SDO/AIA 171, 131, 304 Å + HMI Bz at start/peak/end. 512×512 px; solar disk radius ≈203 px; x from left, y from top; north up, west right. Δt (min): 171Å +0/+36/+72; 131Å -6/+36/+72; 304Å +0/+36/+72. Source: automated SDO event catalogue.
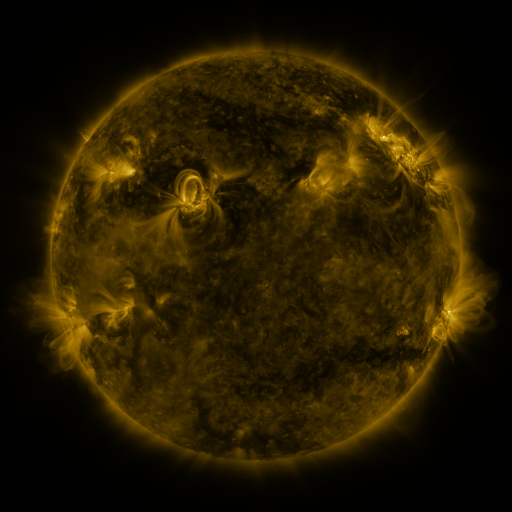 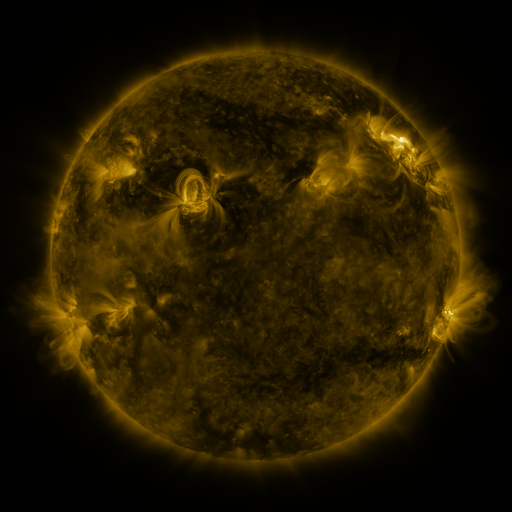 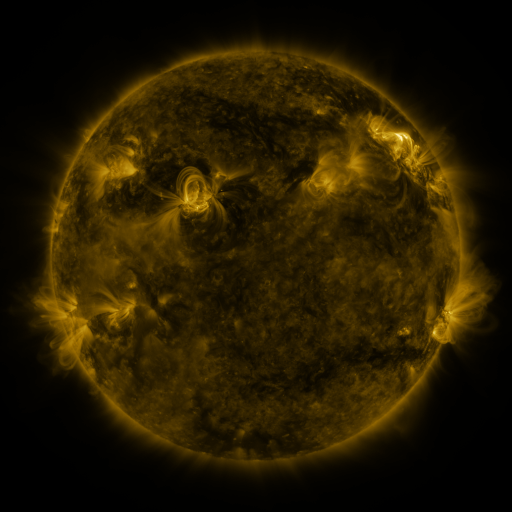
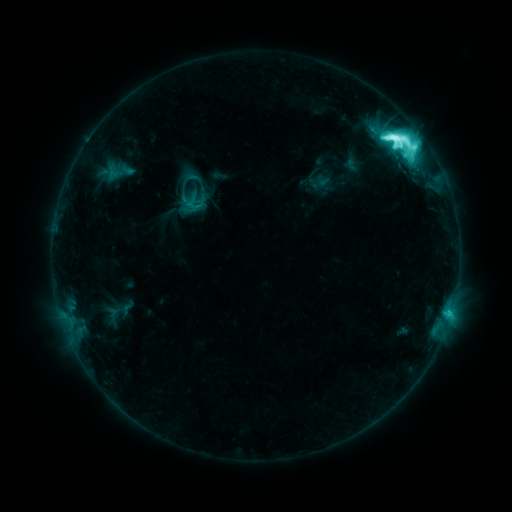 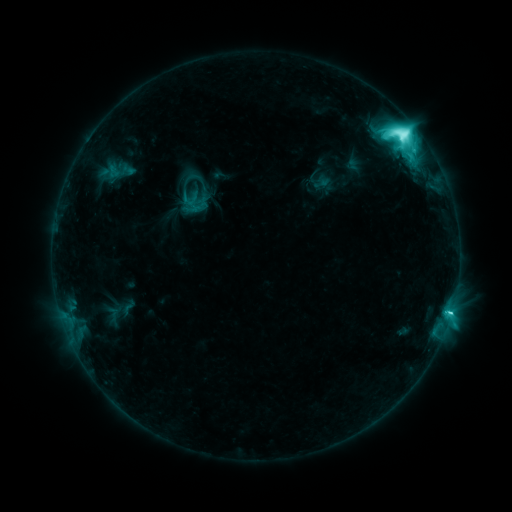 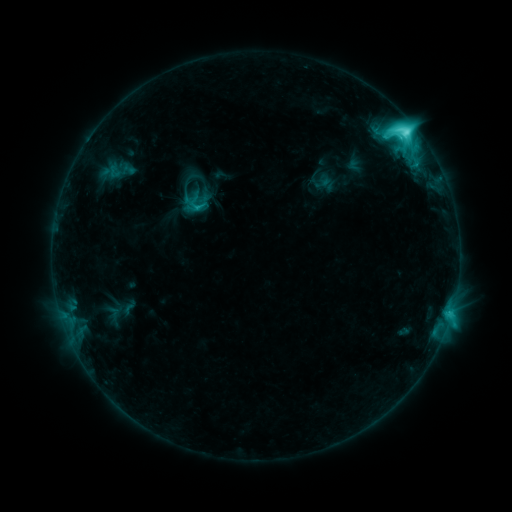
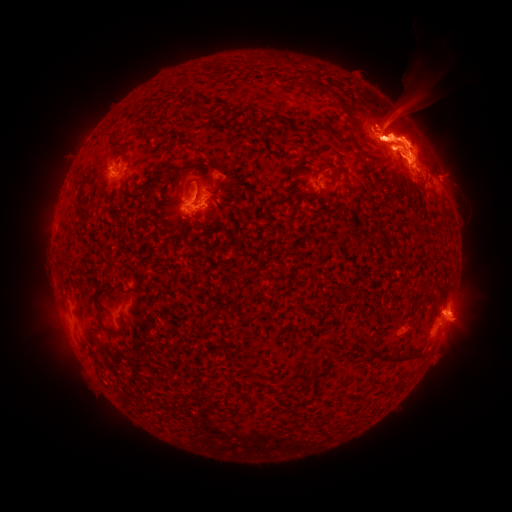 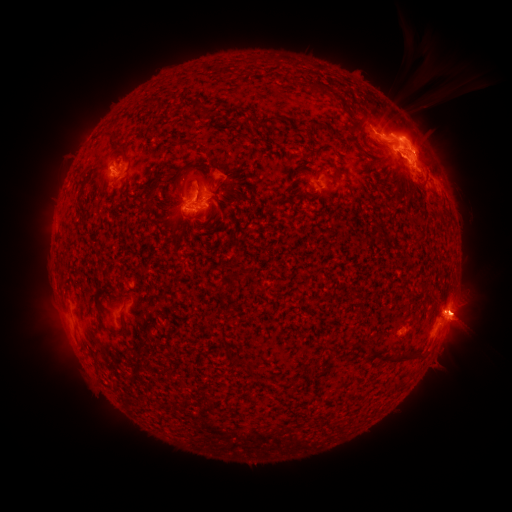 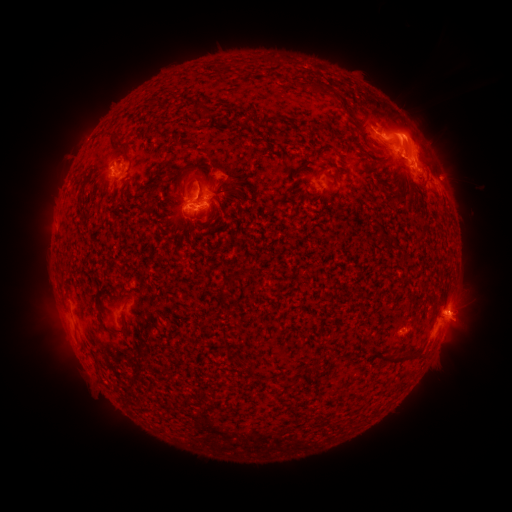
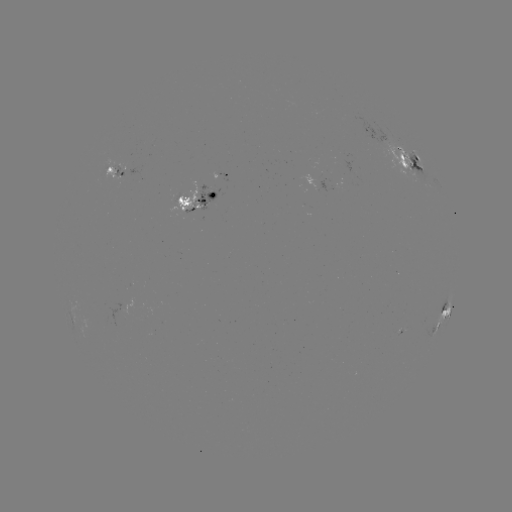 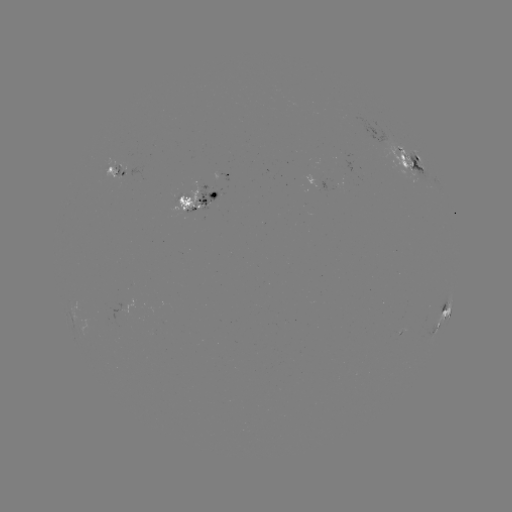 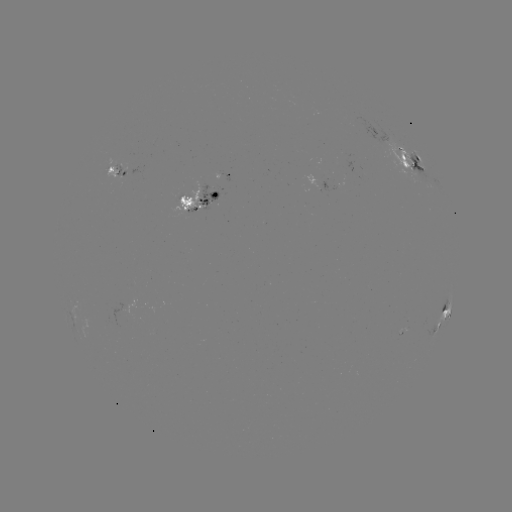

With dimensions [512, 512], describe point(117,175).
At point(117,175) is emerging-flux region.